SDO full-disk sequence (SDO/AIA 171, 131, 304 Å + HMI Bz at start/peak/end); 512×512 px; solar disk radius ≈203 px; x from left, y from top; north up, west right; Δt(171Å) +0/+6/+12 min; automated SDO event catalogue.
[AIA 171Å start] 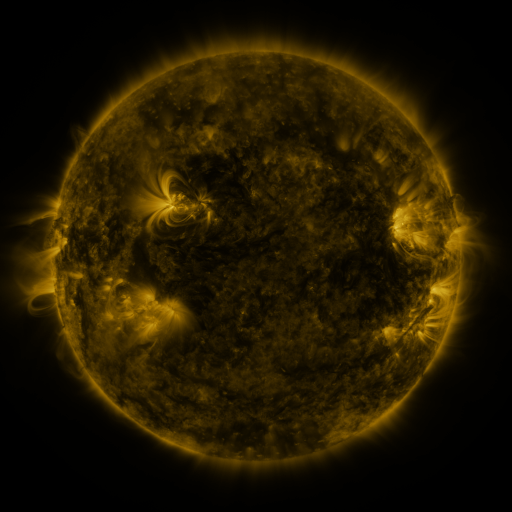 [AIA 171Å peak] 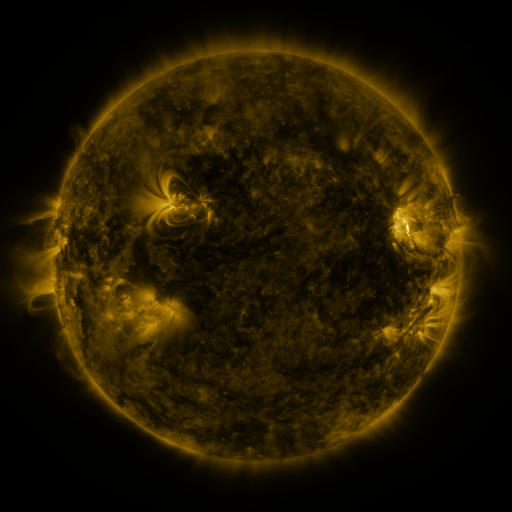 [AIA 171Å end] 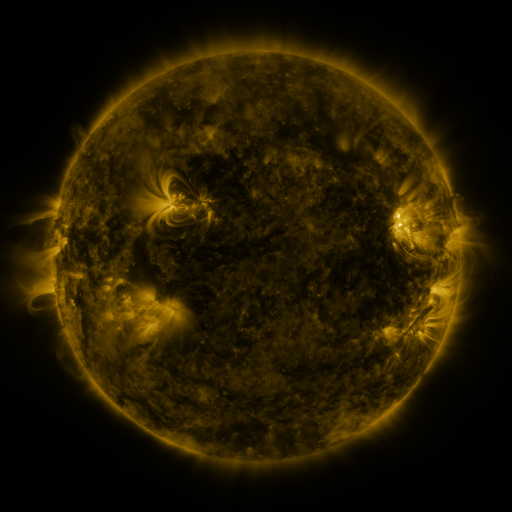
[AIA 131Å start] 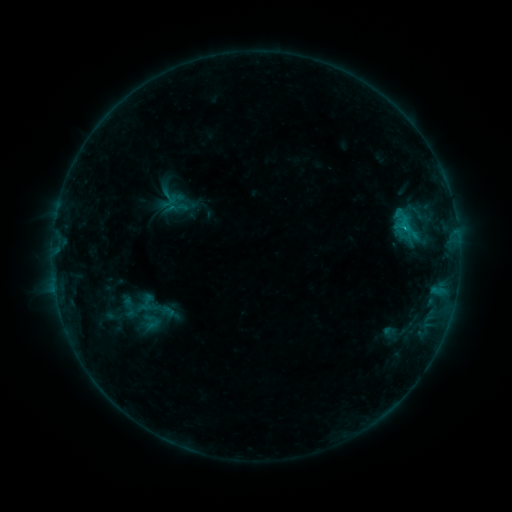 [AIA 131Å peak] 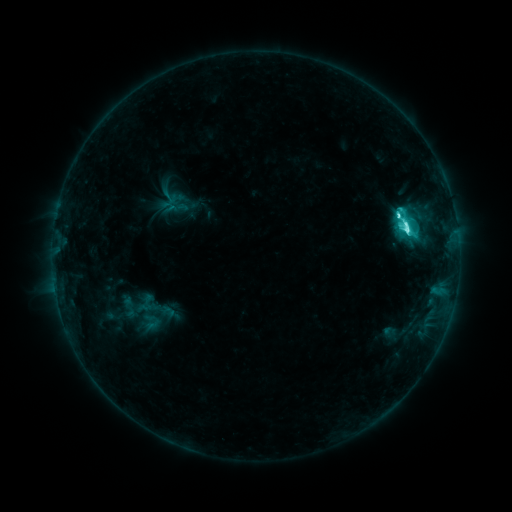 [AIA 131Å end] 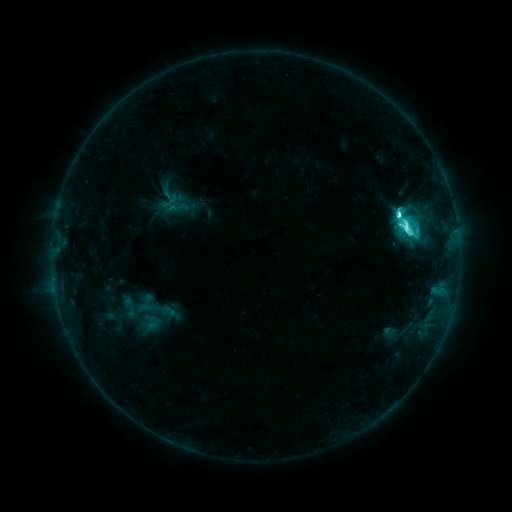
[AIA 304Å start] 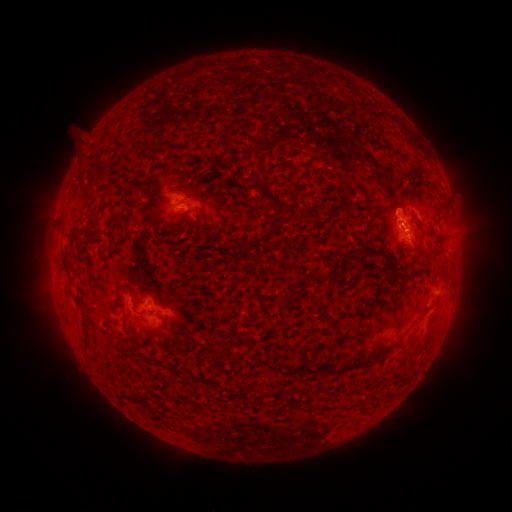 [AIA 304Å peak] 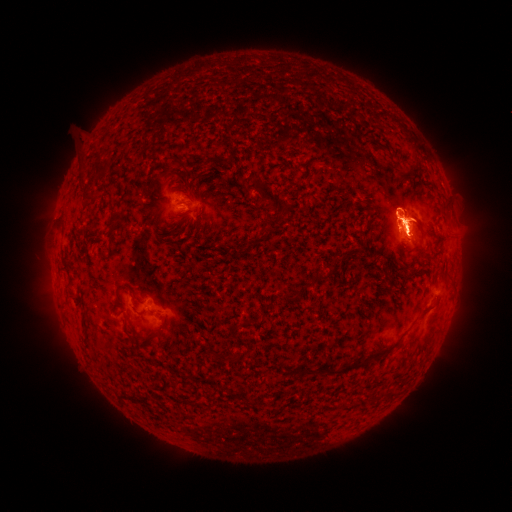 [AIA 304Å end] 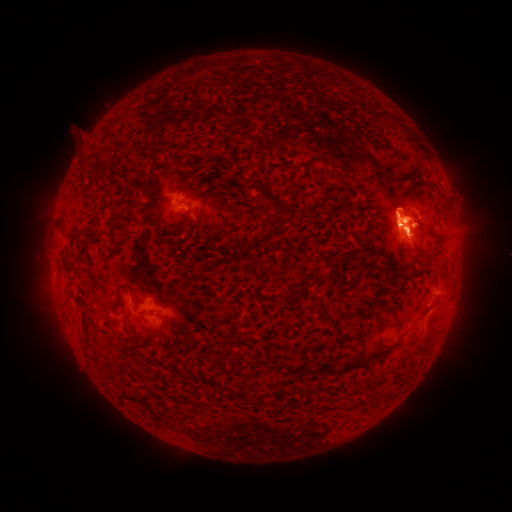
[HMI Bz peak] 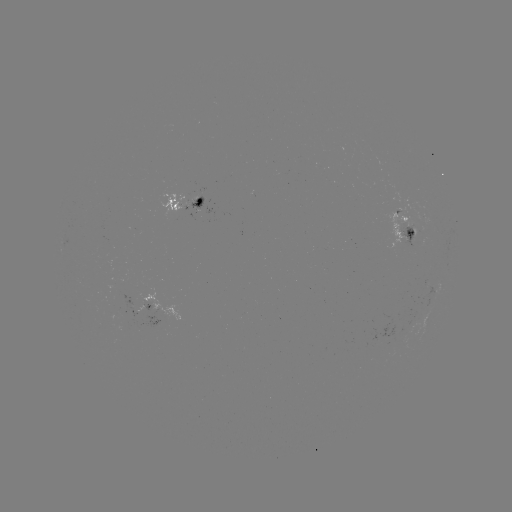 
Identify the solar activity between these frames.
eruption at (466, 219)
